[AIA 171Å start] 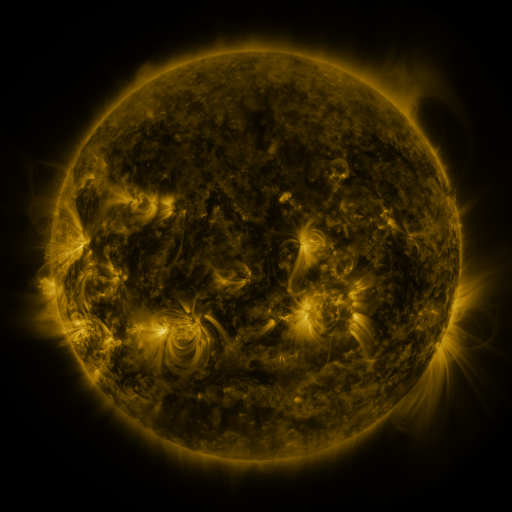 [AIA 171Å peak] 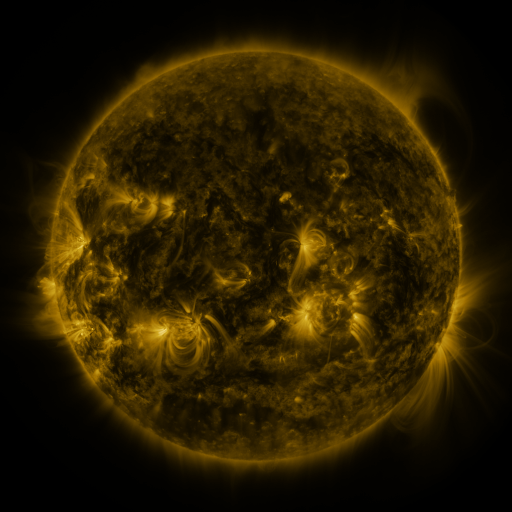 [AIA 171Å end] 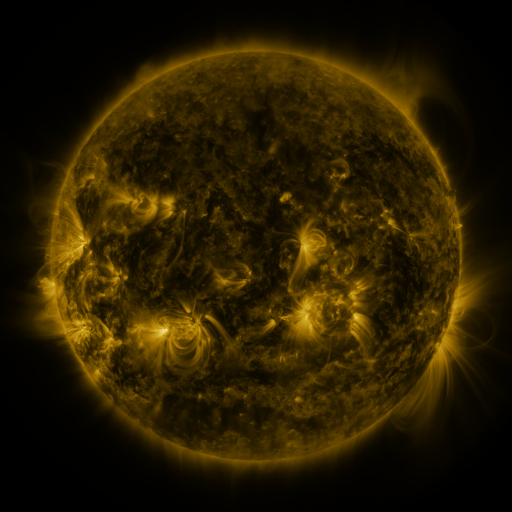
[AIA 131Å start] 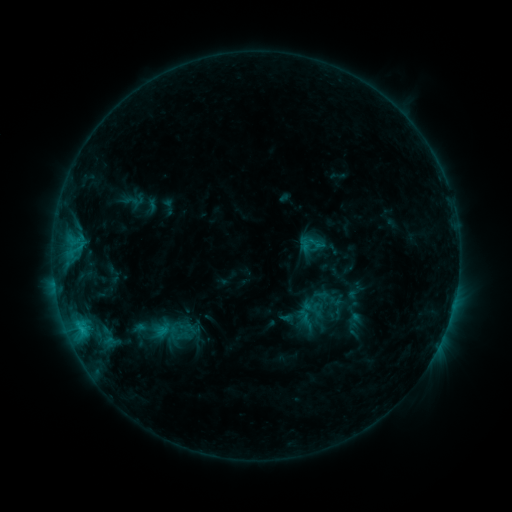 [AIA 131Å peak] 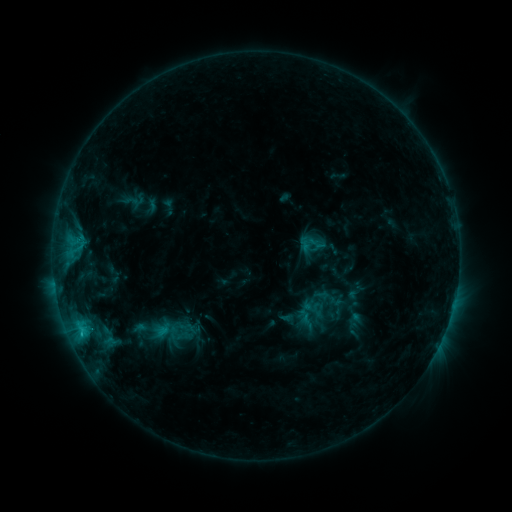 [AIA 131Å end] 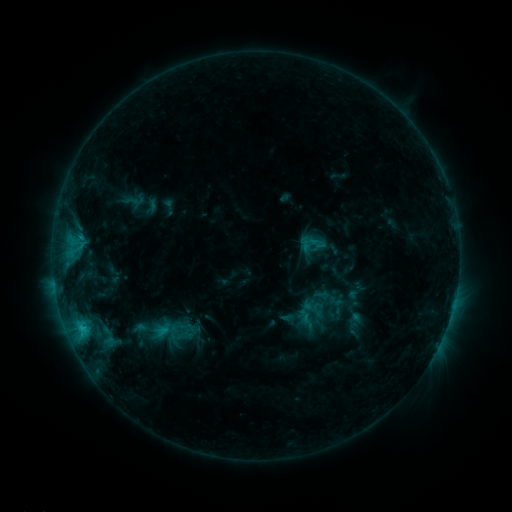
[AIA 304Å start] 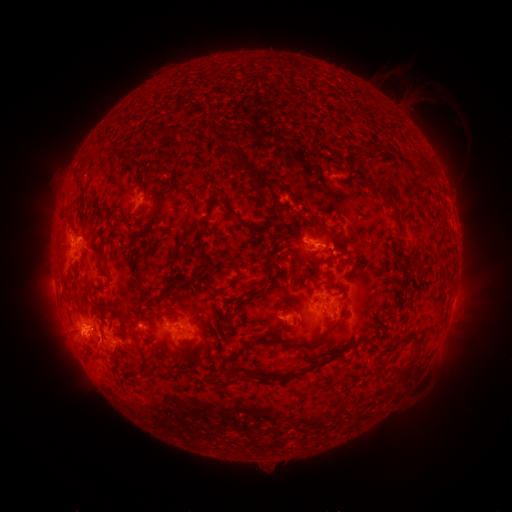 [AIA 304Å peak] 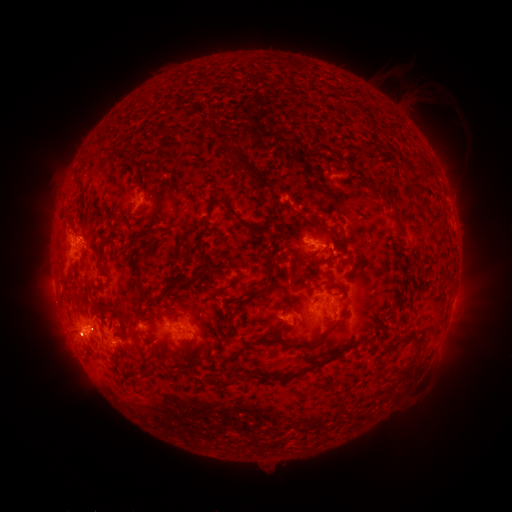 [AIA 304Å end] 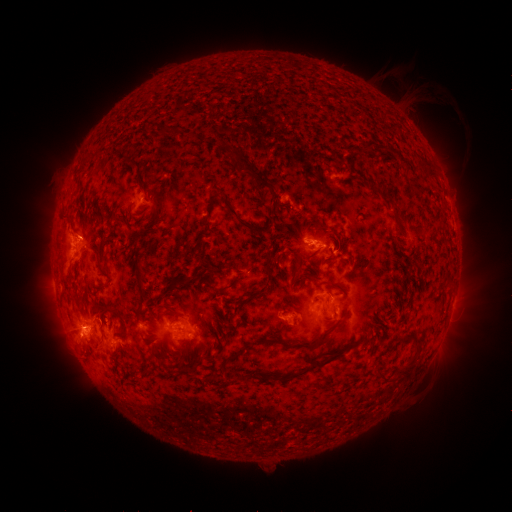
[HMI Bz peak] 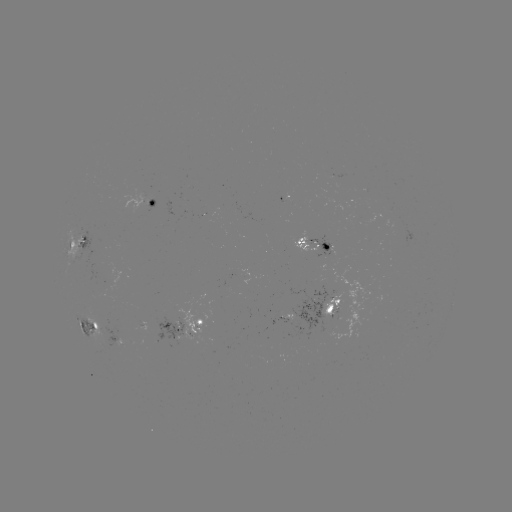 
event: eruption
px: (70, 338)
